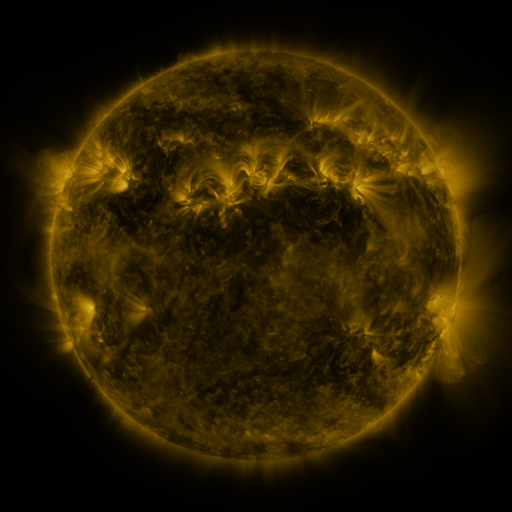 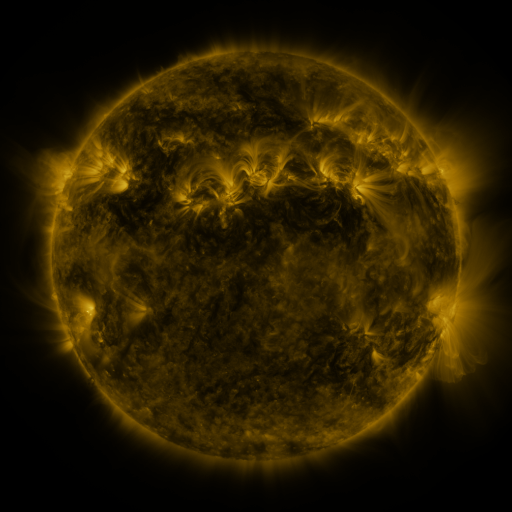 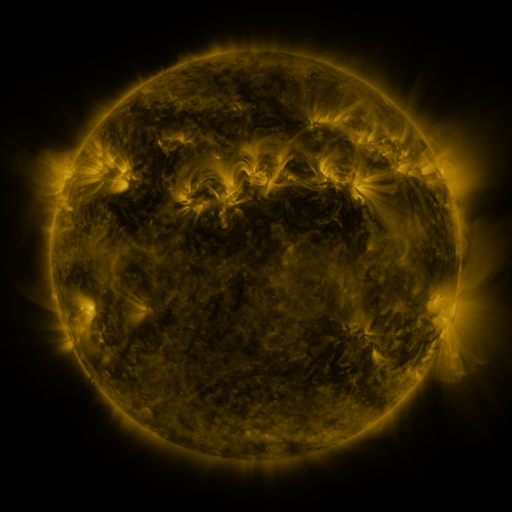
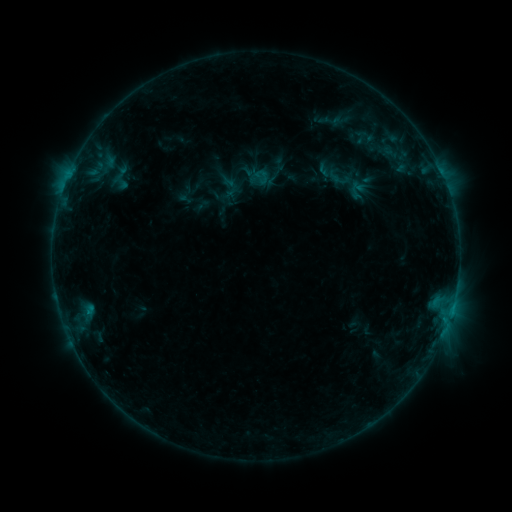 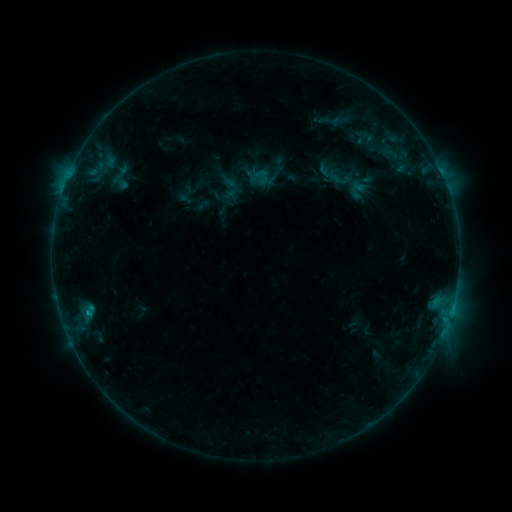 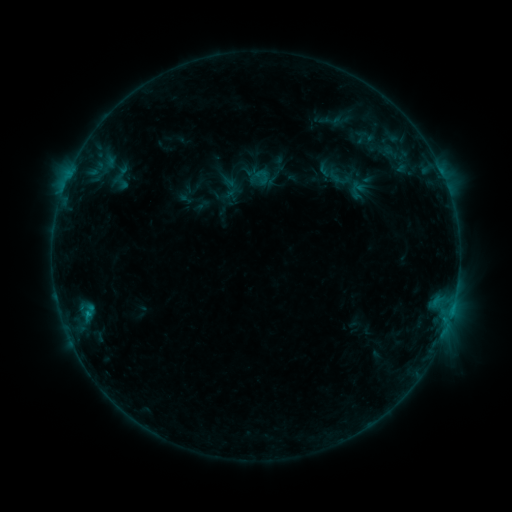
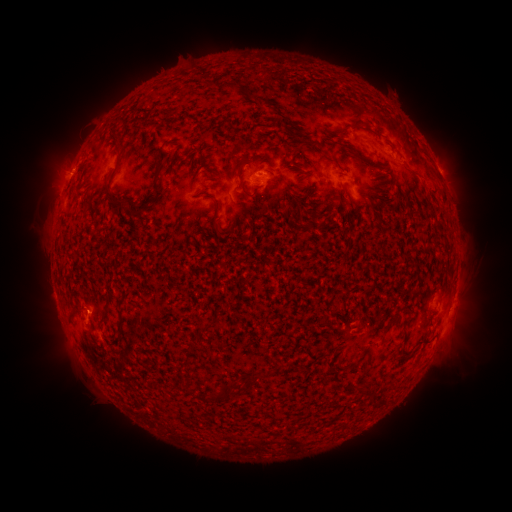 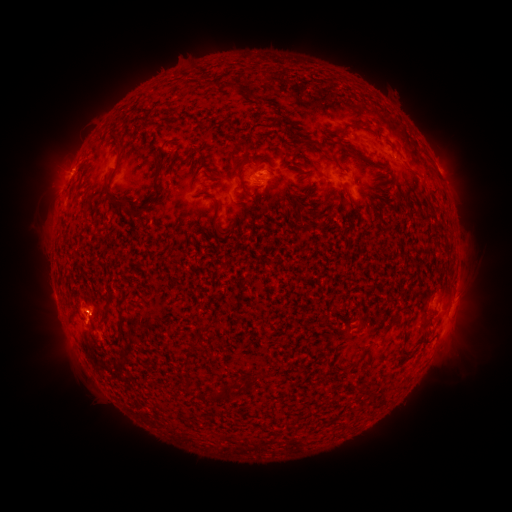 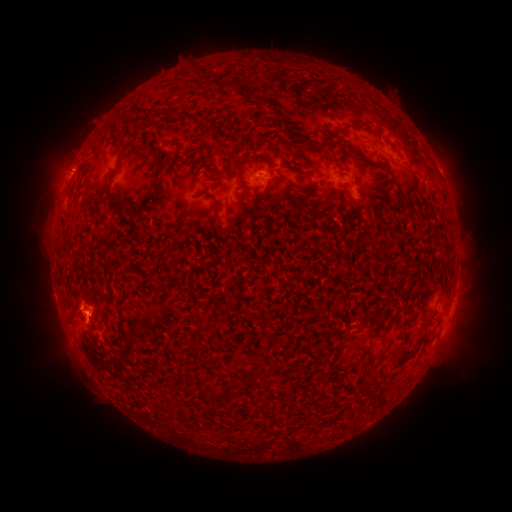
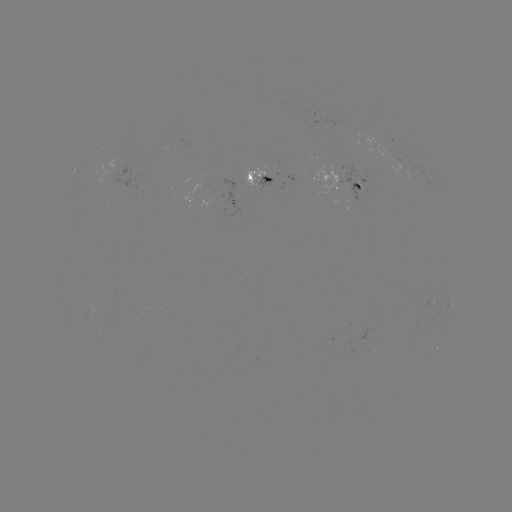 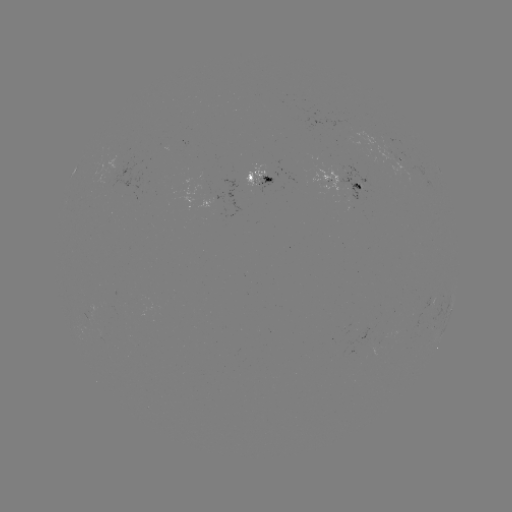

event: eruption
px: (85, 309)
